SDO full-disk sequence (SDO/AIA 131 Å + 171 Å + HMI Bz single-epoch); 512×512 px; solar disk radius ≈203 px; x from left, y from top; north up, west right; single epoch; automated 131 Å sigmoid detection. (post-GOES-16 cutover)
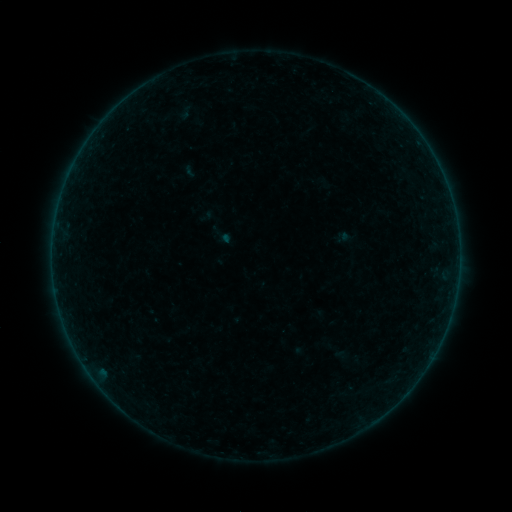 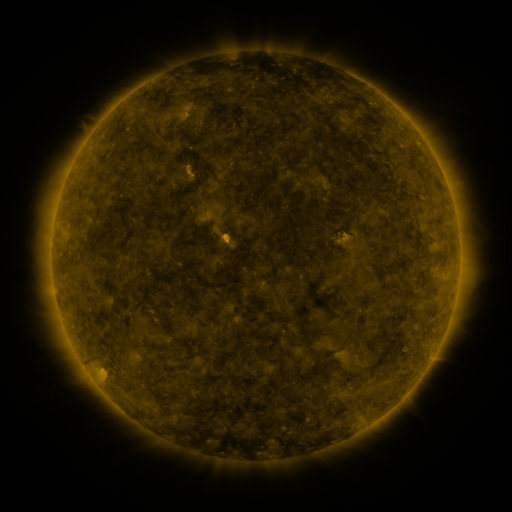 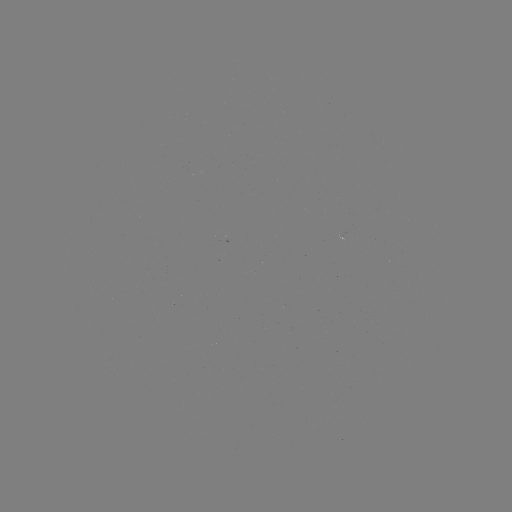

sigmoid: [177, 104, 194, 121]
